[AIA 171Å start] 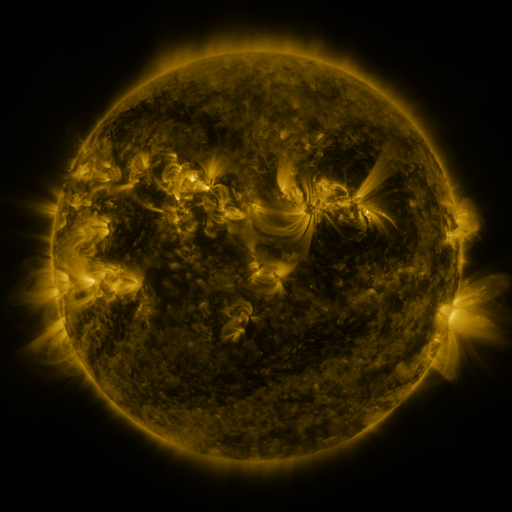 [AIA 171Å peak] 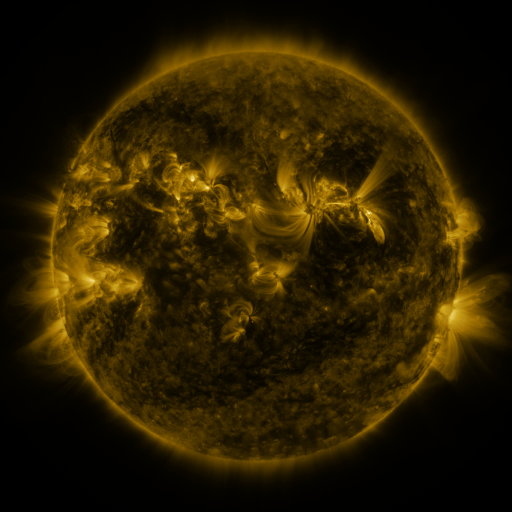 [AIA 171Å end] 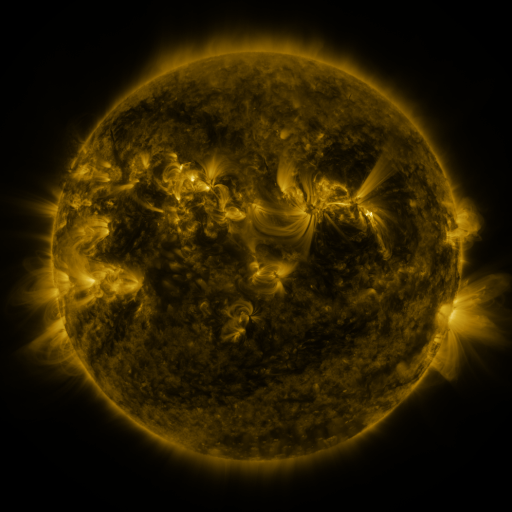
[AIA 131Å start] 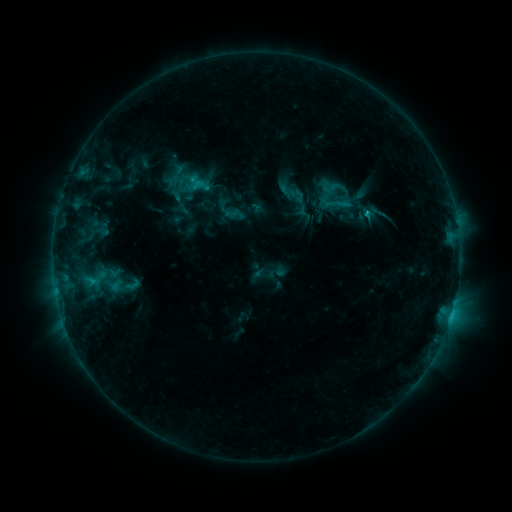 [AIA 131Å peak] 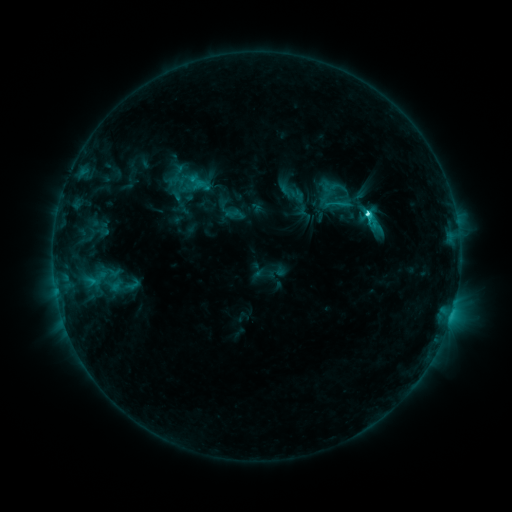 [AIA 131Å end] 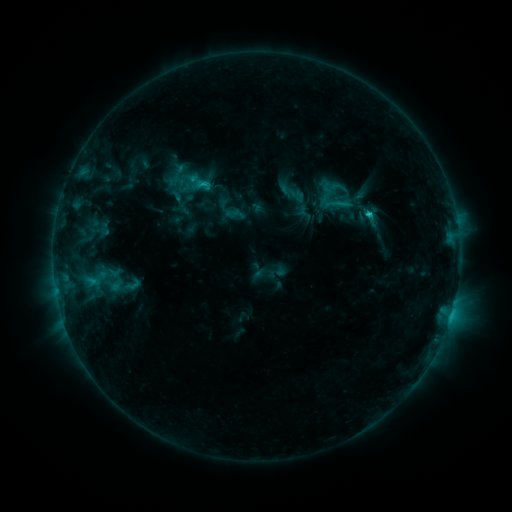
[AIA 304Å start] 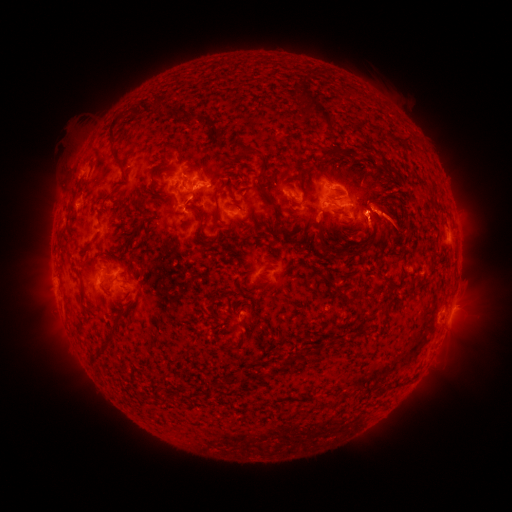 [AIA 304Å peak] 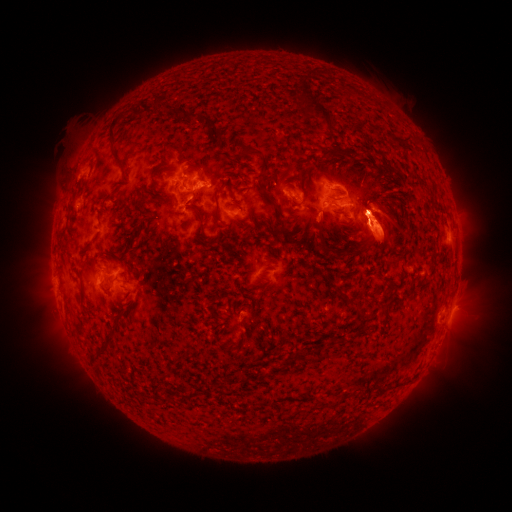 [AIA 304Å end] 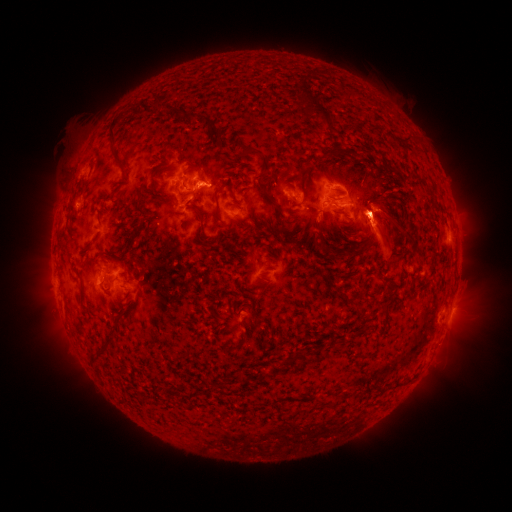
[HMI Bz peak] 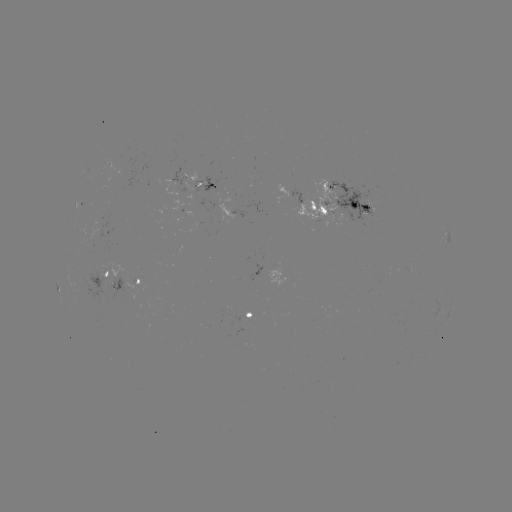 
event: flare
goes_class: C3.2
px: (365, 215)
